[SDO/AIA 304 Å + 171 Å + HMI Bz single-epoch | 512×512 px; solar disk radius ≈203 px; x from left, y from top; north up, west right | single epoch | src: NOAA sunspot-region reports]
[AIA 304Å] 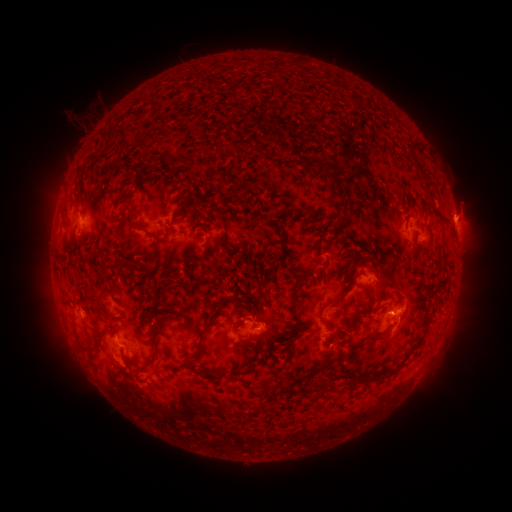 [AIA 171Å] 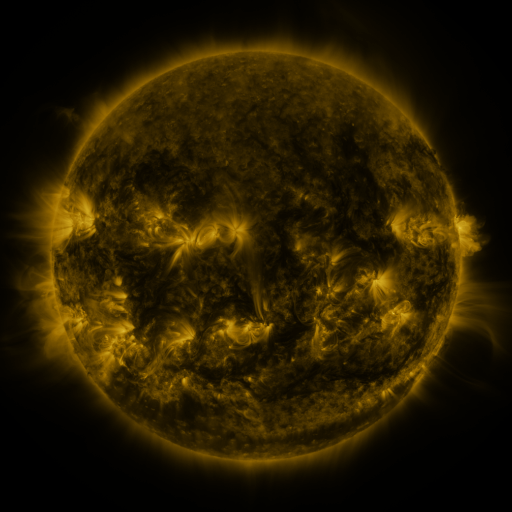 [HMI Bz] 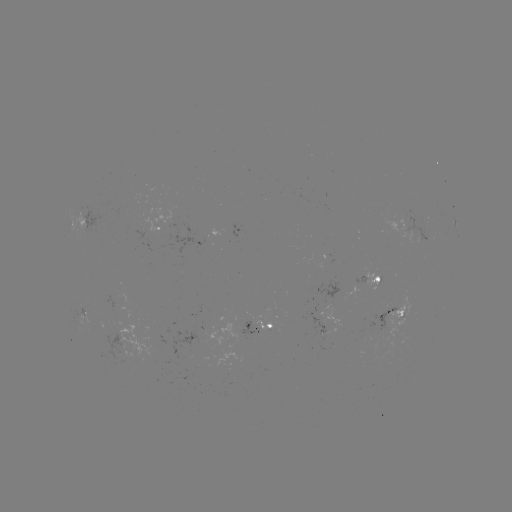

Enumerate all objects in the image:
spotted active region: (416, 223)
spotted active region: (456, 223)
spotted active region: (159, 230)
spotted active region: (378, 277)
spotted active region: (337, 311)
spotted active region: (396, 313)
spotted active region: (262, 330)
spotted active region: (133, 332)
